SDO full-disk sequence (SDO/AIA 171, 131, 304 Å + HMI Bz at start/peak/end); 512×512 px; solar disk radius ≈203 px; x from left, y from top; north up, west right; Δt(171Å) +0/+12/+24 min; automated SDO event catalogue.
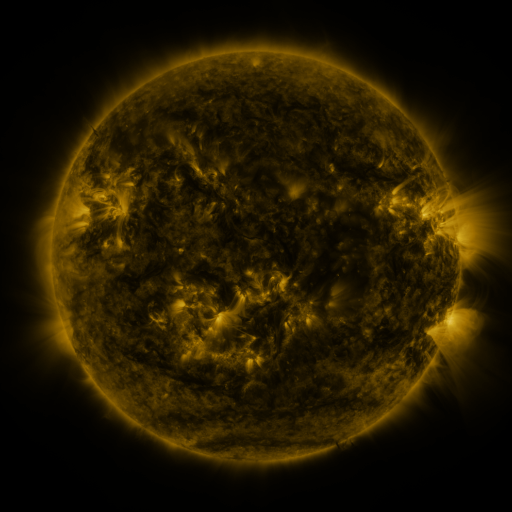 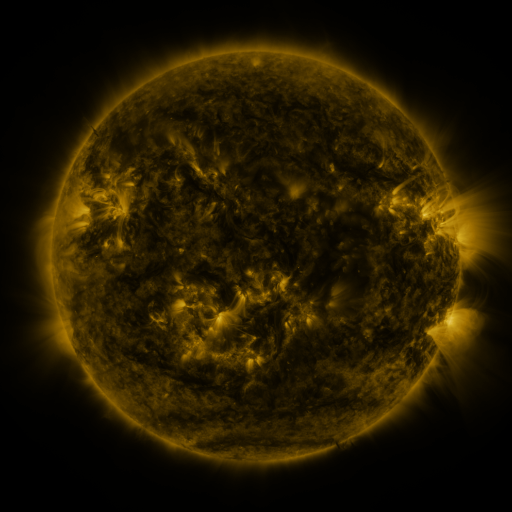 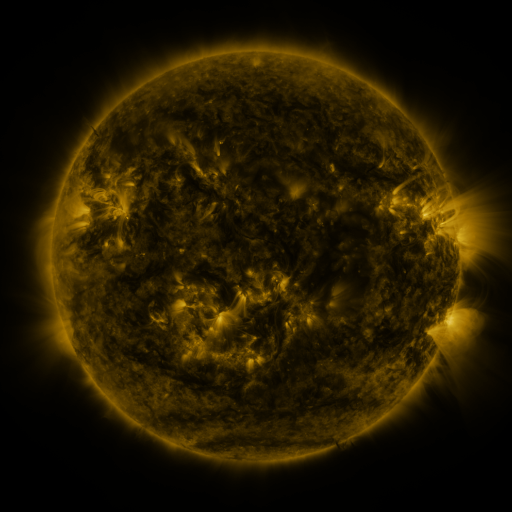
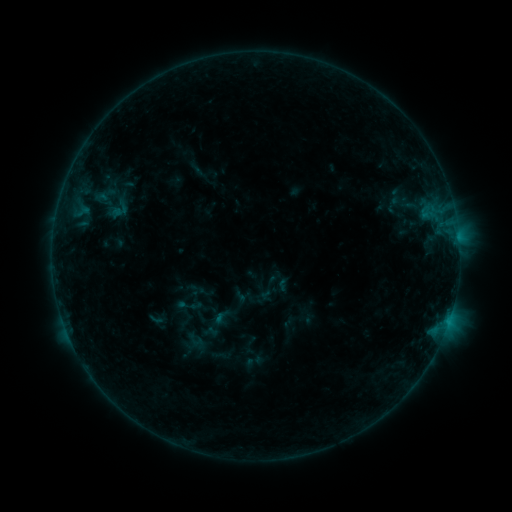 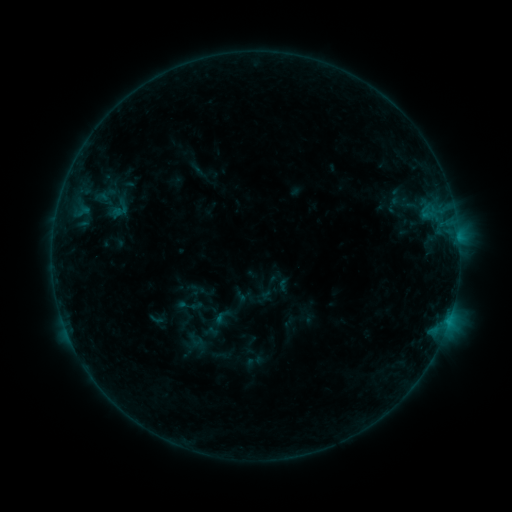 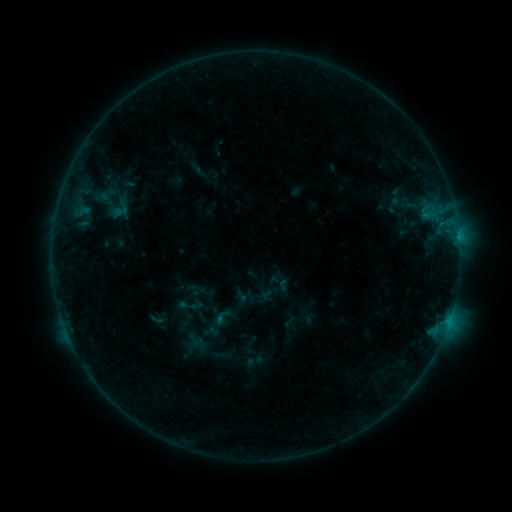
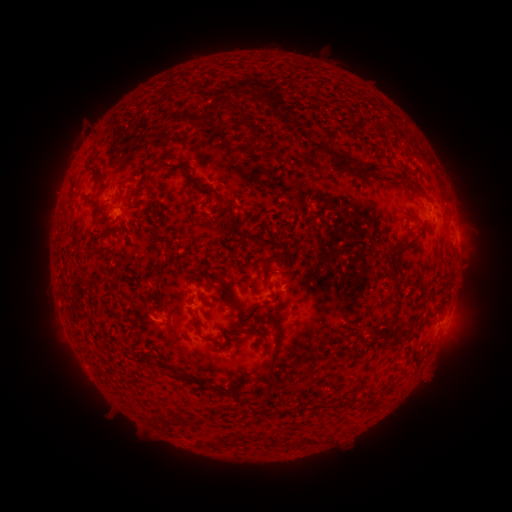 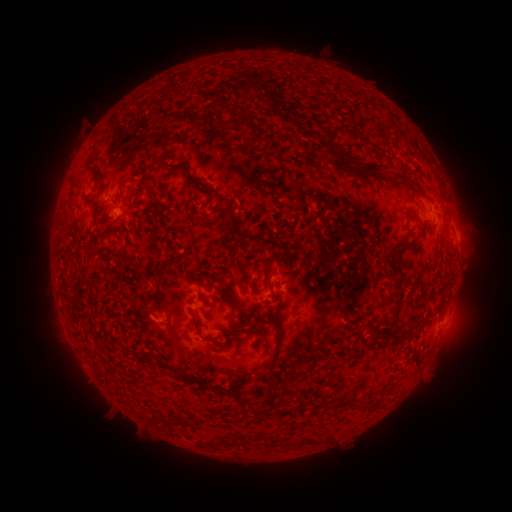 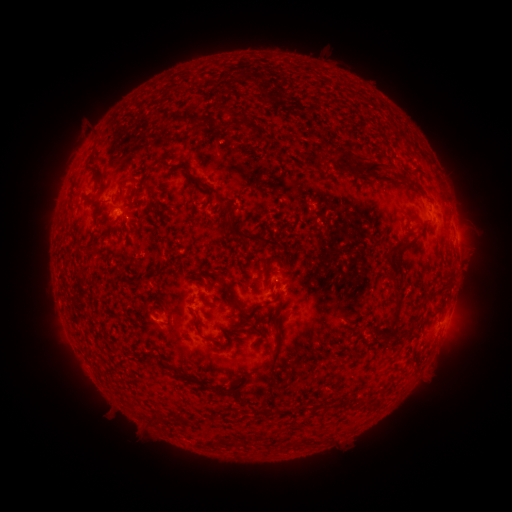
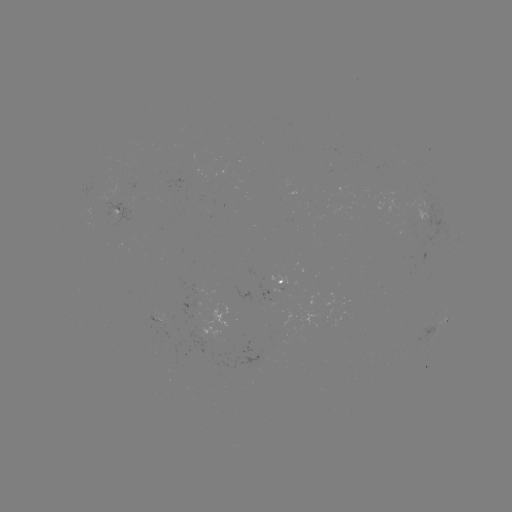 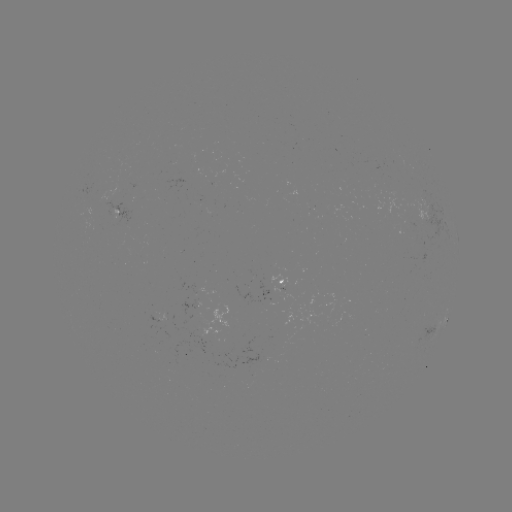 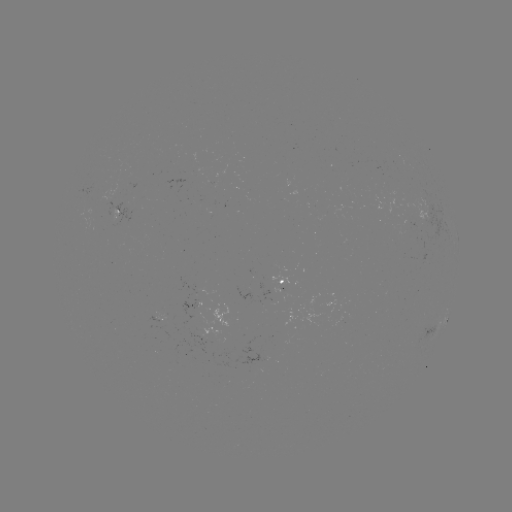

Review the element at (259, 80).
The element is eruption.